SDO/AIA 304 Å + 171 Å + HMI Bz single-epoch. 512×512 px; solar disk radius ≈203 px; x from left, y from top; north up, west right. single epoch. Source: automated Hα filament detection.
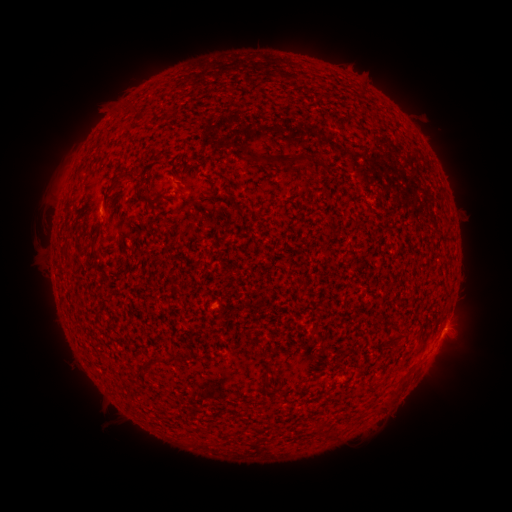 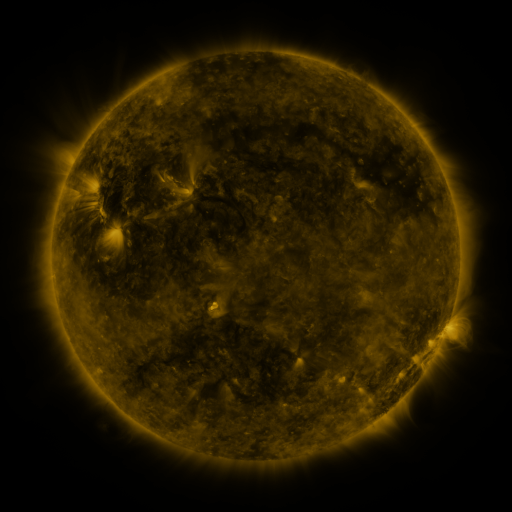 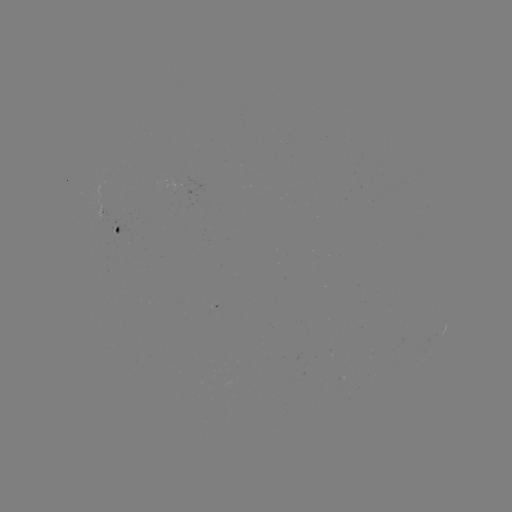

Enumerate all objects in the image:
filament: <bbox>132, 102, 141, 112</bbox>
filament: <bbox>258, 154, 286, 167</bbox>
filament: <bbox>127, 164, 166, 206</bbox>
filament: <bbox>140, 170, 149, 183</bbox>
filament: <bbox>110, 174, 126, 192</bbox>
filament: <bbox>205, 179, 215, 198</bbox>
